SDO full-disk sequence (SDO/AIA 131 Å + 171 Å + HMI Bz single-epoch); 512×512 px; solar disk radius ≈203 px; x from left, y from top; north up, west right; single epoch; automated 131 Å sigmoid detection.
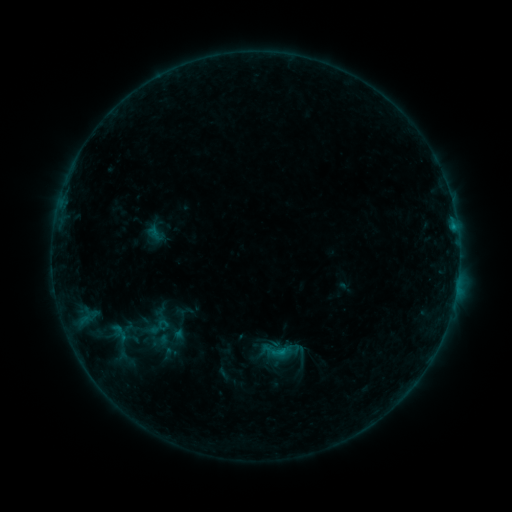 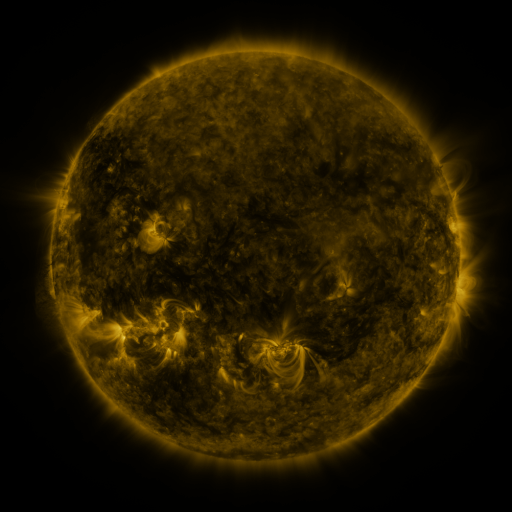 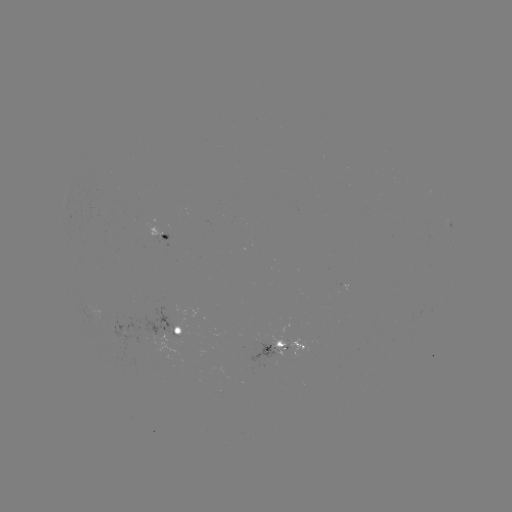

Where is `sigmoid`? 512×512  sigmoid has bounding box [144, 325, 170, 347].